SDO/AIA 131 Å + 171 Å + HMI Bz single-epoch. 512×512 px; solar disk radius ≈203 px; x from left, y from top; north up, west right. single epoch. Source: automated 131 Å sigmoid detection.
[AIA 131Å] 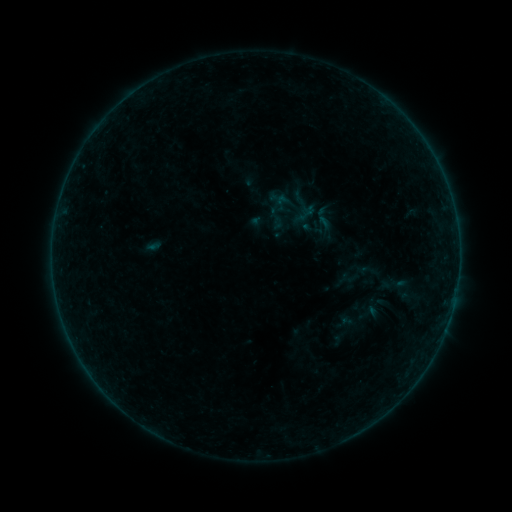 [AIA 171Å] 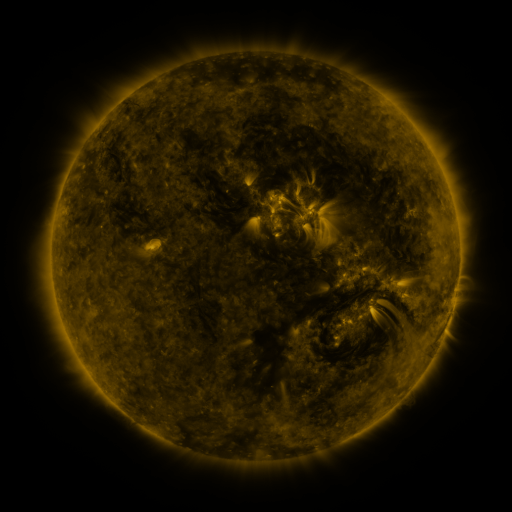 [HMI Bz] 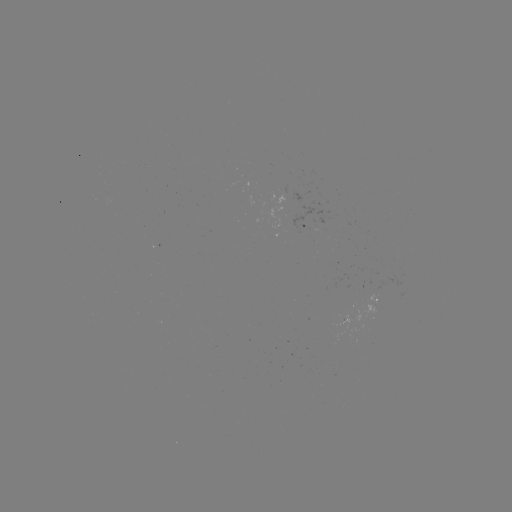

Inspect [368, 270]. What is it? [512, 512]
sigmoid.